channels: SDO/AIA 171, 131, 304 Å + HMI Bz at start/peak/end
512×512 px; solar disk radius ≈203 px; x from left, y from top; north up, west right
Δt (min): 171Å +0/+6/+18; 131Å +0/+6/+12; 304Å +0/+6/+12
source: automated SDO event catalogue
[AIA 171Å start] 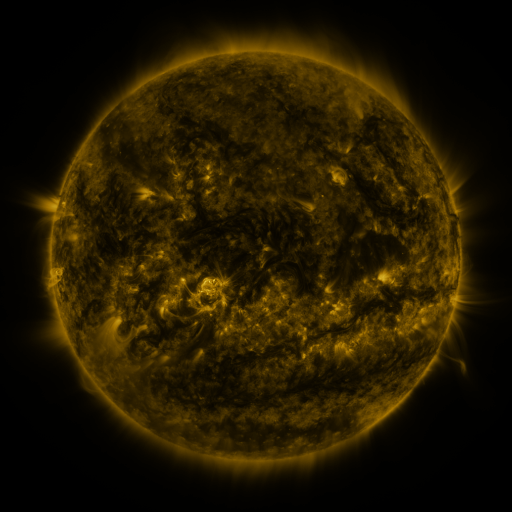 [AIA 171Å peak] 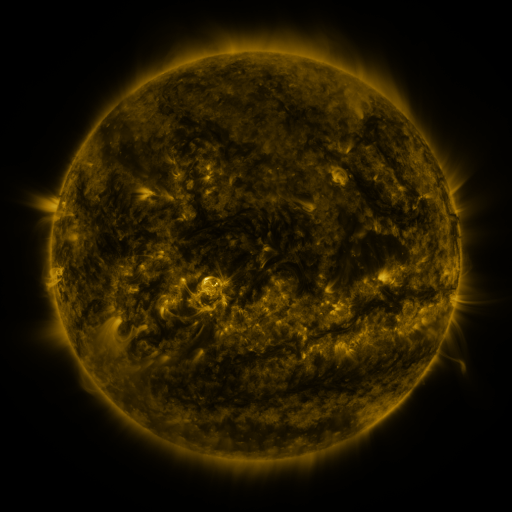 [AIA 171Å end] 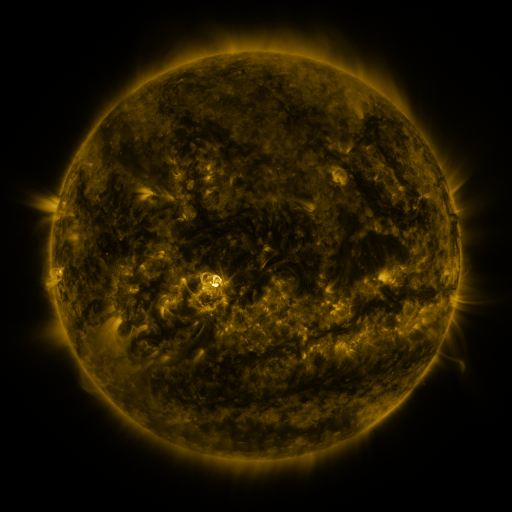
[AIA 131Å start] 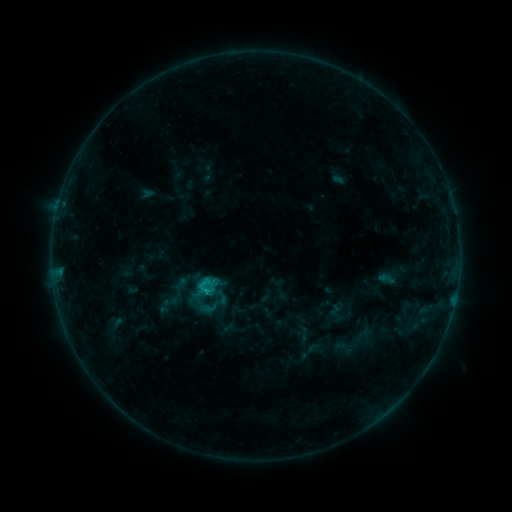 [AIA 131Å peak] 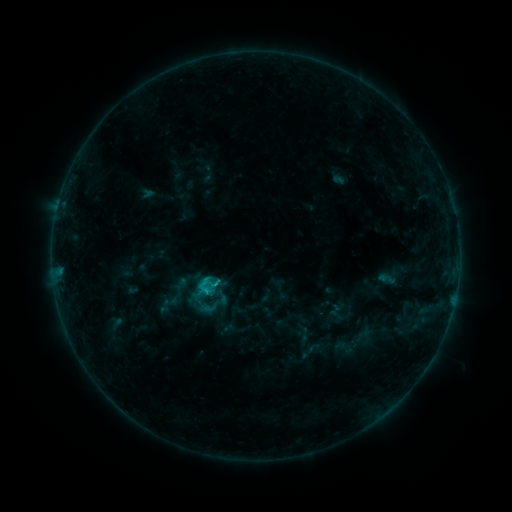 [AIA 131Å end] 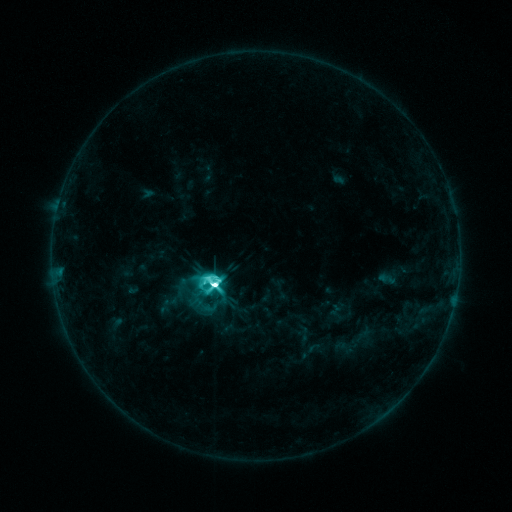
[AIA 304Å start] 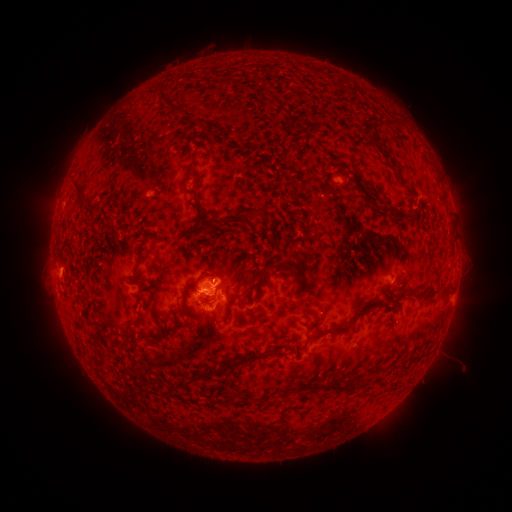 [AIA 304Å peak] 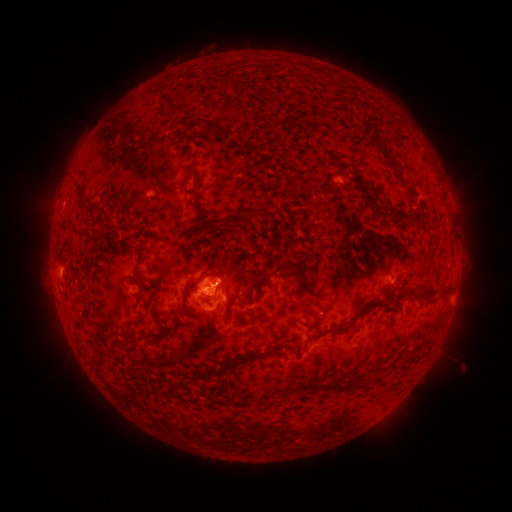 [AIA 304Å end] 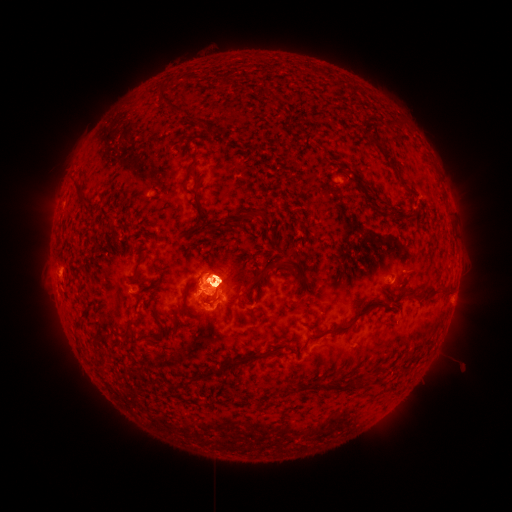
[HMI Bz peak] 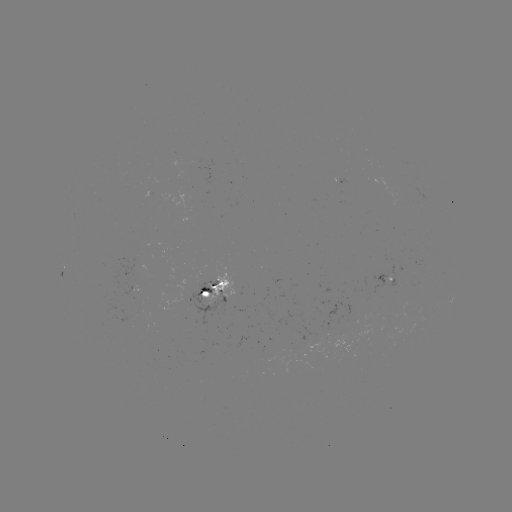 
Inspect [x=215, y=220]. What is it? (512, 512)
eruption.